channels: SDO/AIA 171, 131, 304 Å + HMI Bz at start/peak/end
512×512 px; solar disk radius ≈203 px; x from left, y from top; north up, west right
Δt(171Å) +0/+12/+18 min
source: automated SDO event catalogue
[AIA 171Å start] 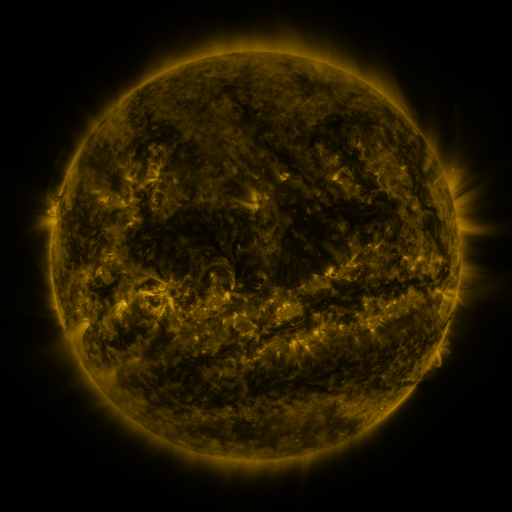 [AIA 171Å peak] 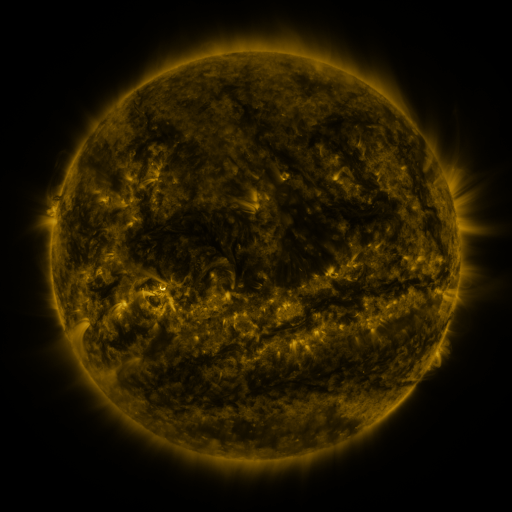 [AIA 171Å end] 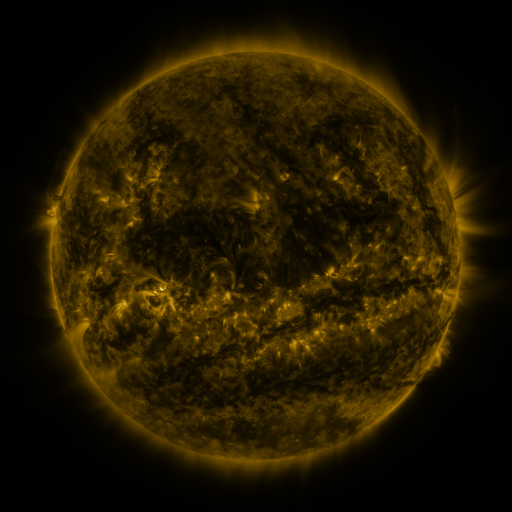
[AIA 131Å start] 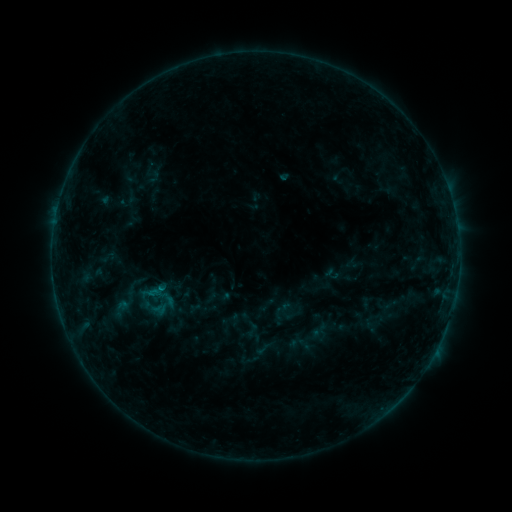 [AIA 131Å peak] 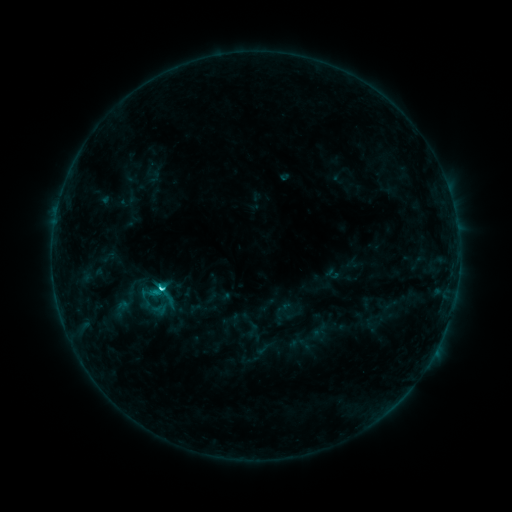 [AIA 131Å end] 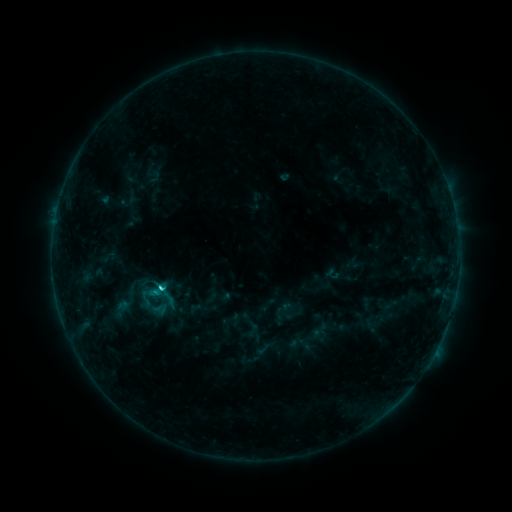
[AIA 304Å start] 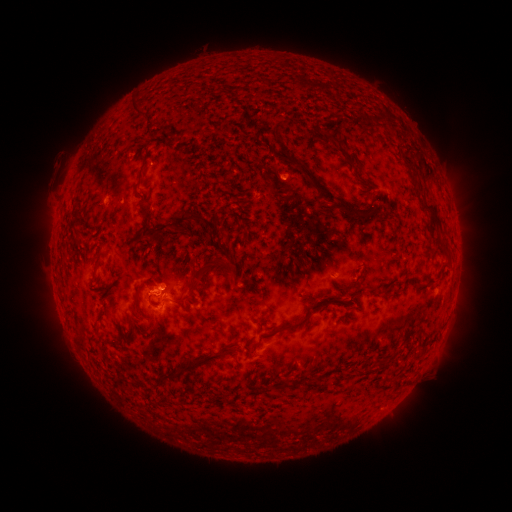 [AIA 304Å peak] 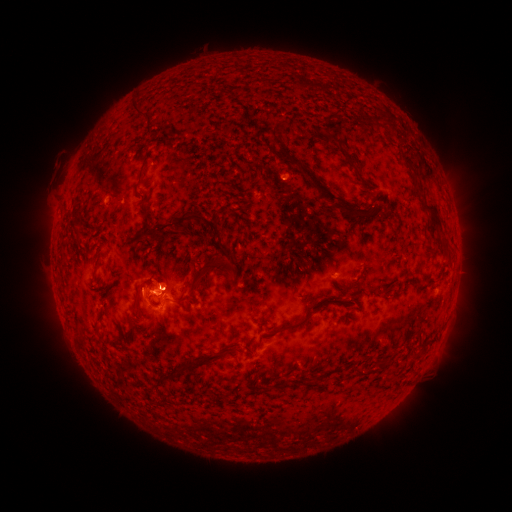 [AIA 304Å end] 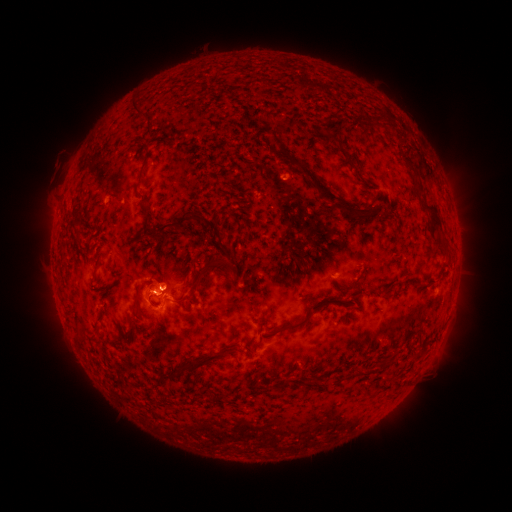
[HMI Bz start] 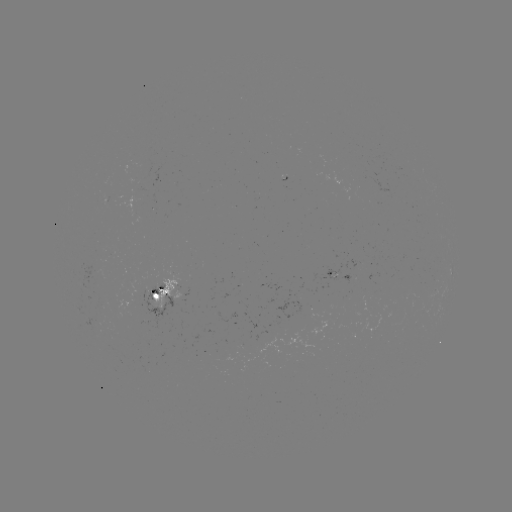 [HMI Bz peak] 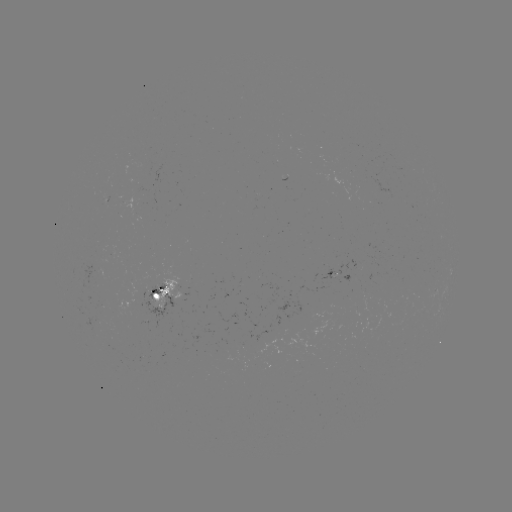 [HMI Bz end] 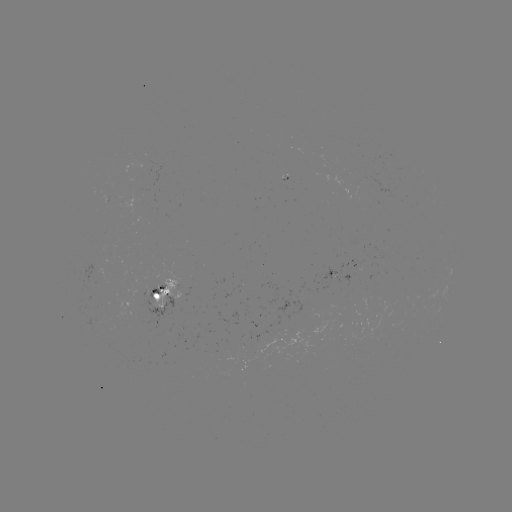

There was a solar flare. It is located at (163, 286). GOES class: C2.3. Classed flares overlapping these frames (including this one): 1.